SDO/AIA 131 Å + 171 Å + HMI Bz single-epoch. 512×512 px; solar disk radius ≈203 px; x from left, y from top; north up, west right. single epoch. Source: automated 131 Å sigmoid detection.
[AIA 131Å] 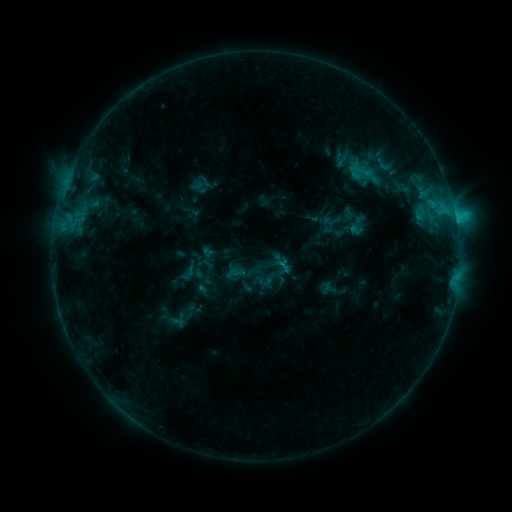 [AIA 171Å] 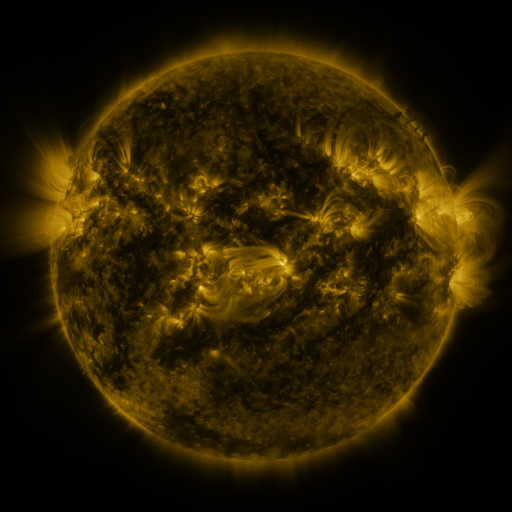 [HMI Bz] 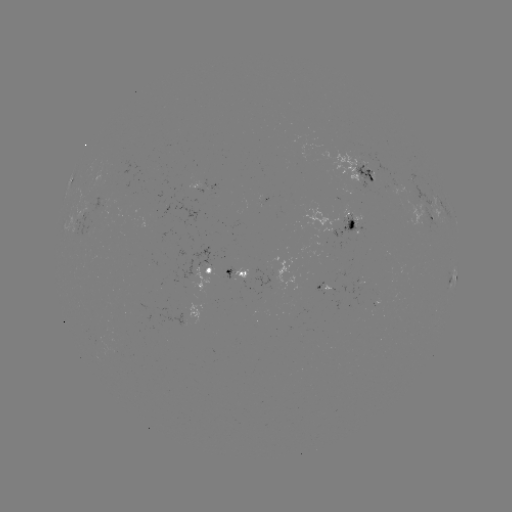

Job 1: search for sigmoid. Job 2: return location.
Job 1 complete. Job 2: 384,164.